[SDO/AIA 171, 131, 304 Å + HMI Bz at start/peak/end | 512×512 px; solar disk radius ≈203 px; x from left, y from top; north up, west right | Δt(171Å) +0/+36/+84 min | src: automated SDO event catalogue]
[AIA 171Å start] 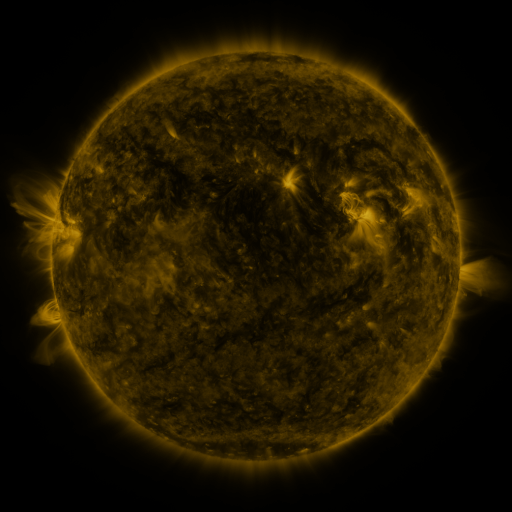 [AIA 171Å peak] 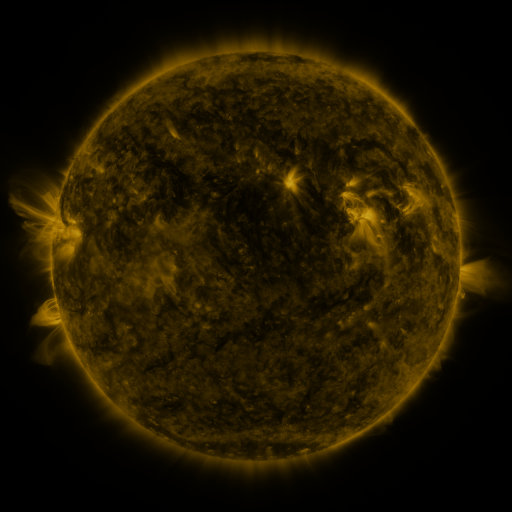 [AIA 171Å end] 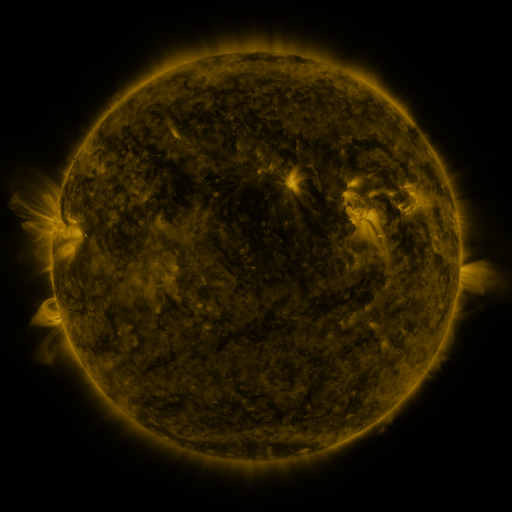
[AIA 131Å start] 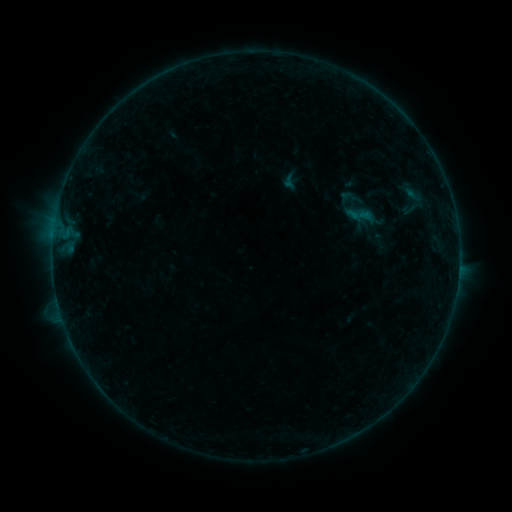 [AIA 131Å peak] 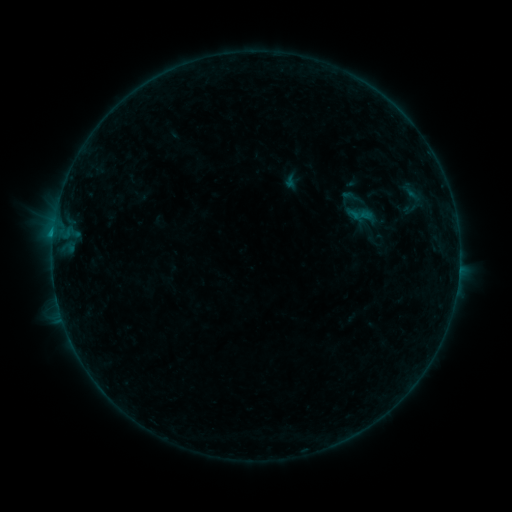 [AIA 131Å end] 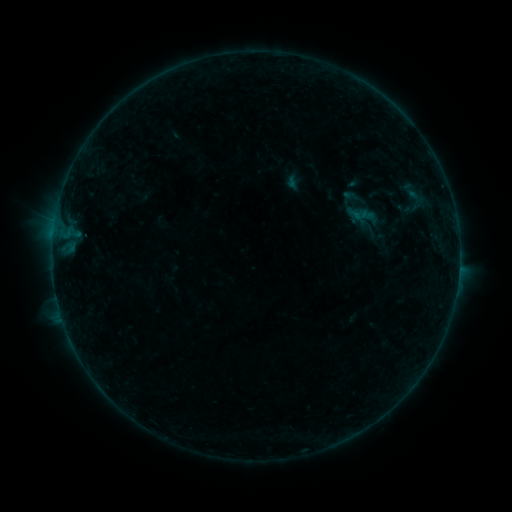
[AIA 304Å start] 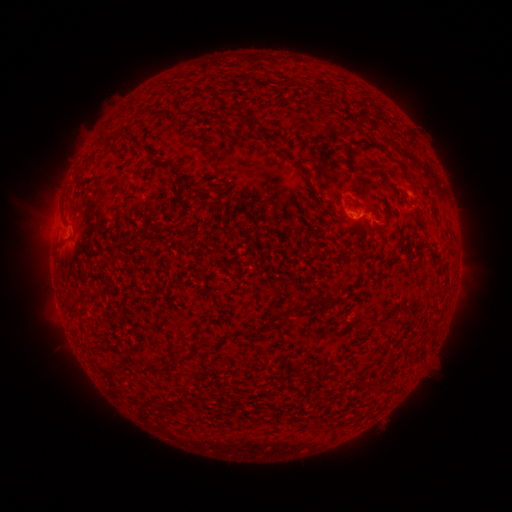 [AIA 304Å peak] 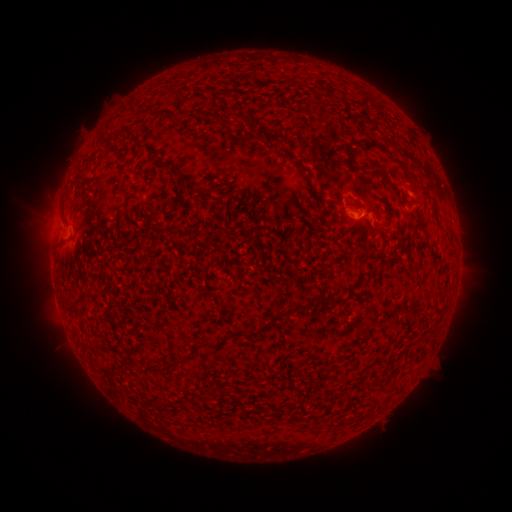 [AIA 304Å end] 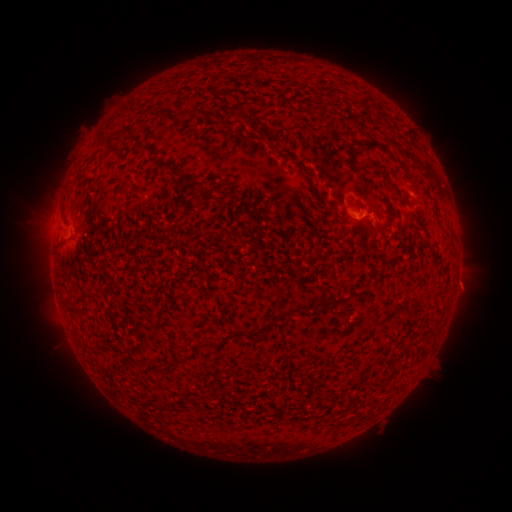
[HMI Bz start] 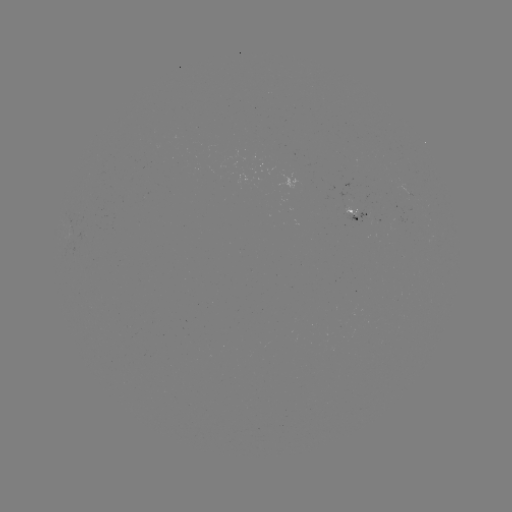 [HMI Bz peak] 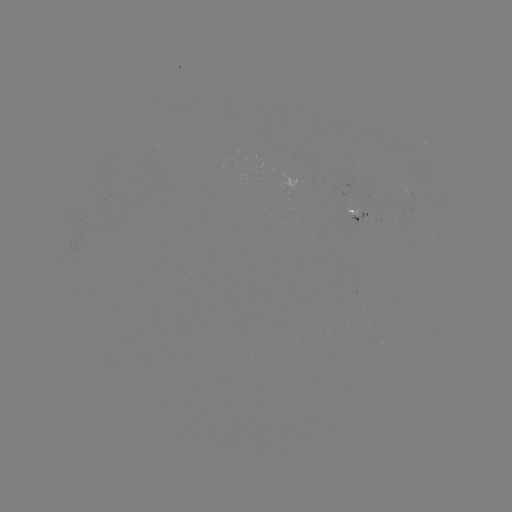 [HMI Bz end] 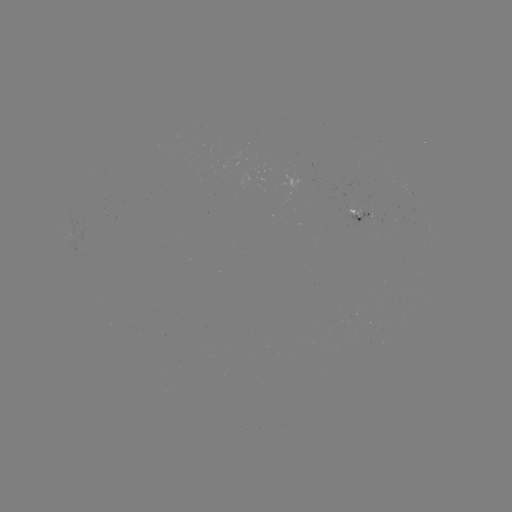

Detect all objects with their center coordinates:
B5.3 flare: (54, 234)
